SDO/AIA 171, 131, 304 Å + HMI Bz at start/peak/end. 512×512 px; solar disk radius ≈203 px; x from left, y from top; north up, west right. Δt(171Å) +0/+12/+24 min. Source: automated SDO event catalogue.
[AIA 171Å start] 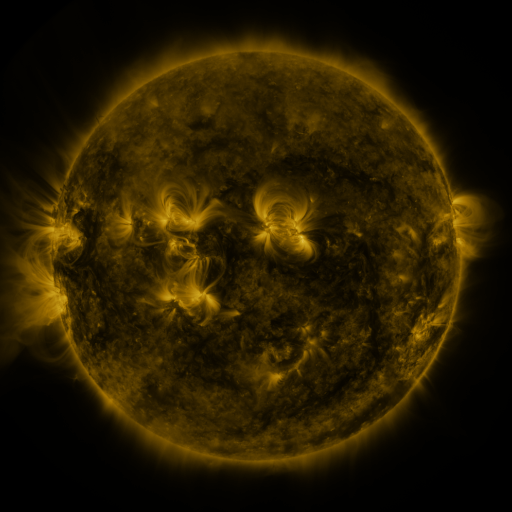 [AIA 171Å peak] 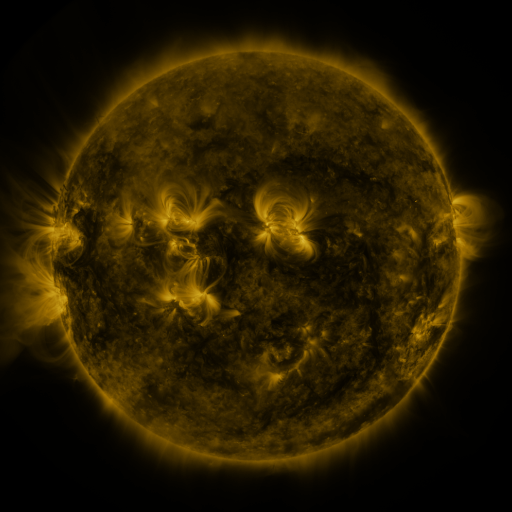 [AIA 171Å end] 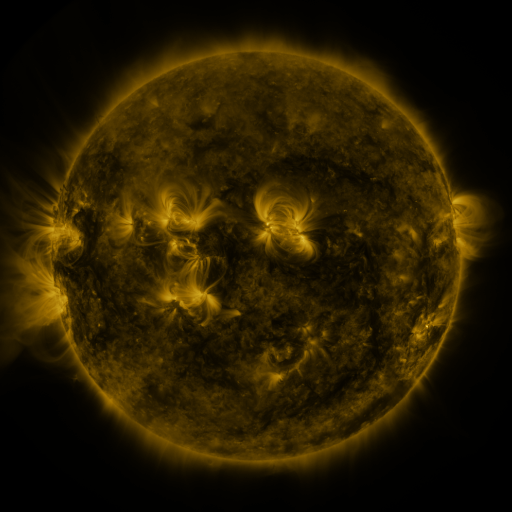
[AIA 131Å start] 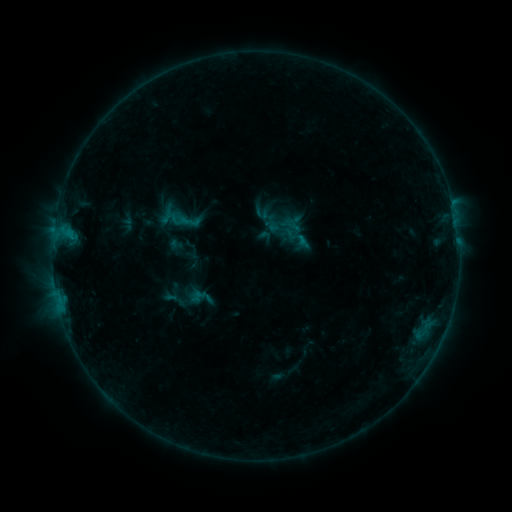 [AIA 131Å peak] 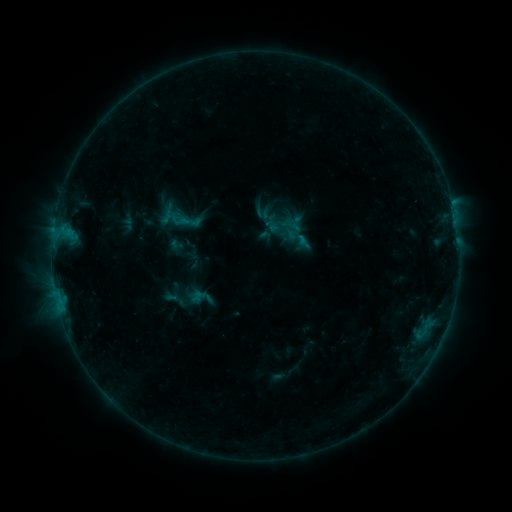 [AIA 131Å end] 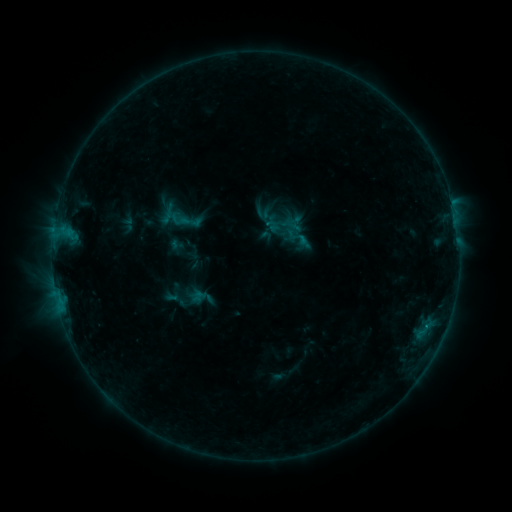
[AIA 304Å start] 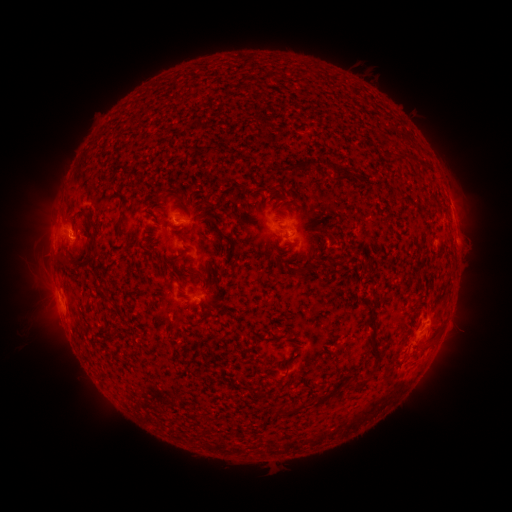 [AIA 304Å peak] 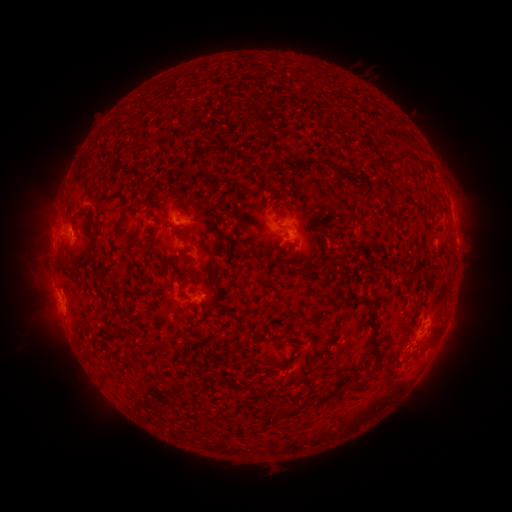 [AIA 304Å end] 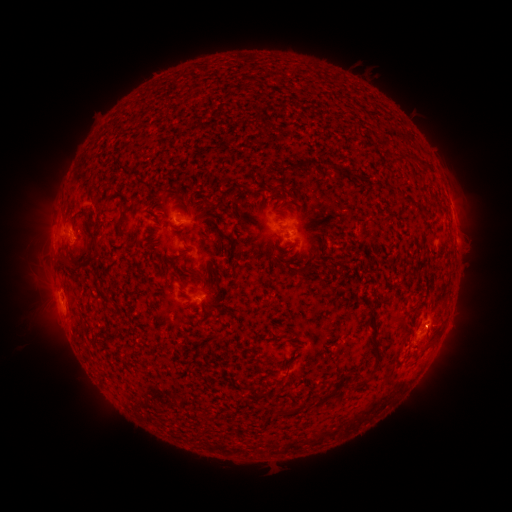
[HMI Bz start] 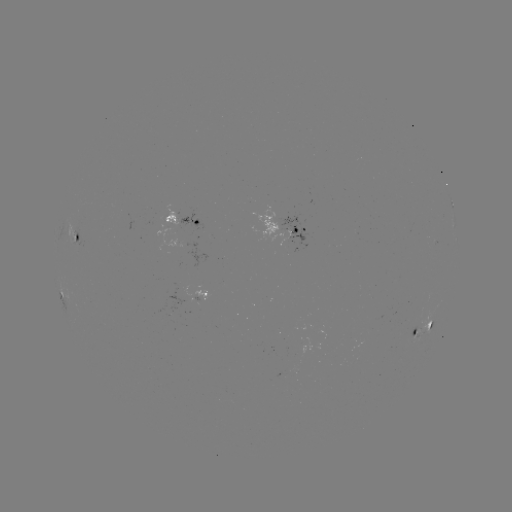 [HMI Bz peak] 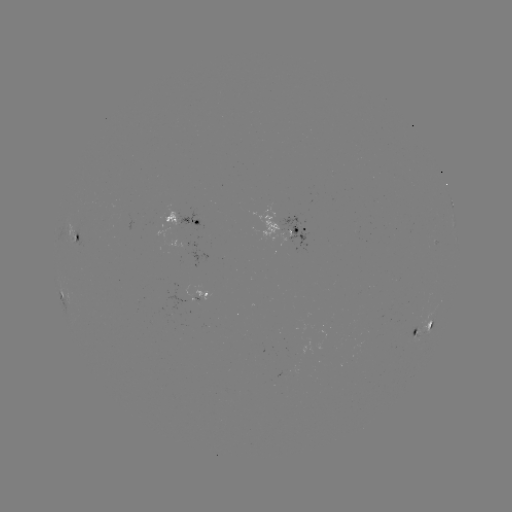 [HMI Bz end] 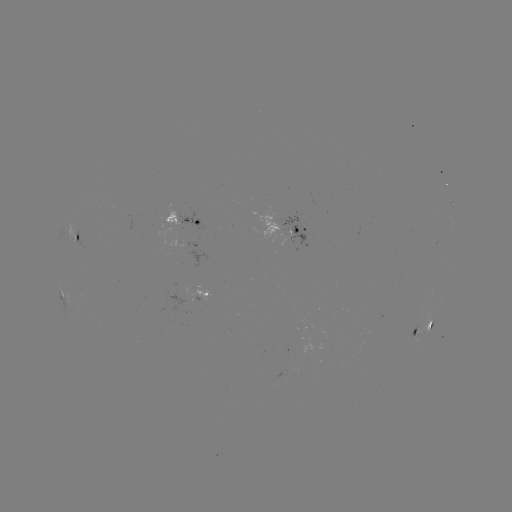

no classed flare was catalogued and no EUV brightening was flagged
